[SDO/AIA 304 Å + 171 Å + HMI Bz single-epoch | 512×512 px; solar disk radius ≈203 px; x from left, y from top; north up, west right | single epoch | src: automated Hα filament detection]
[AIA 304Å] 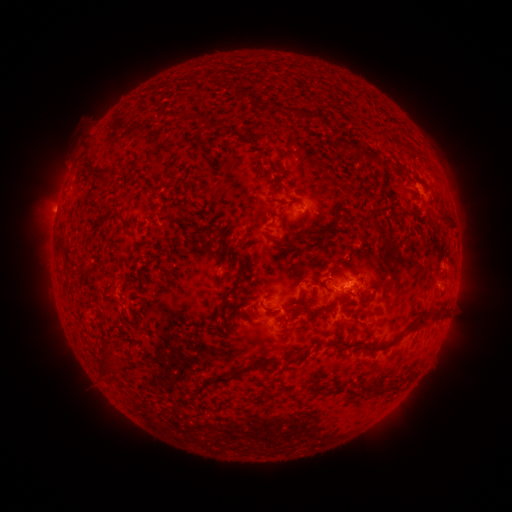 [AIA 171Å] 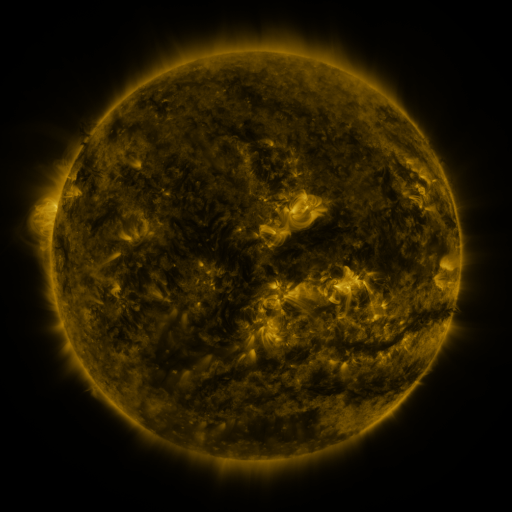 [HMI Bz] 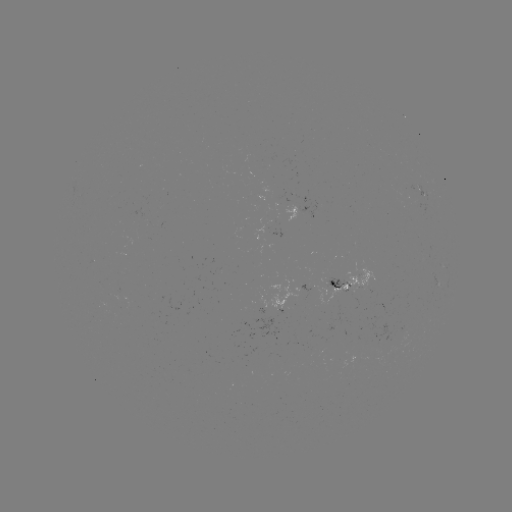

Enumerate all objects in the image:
filament: (330, 128)
filament: (350, 145)
filament: (100, 173)
filament: (183, 208)
filament: (446, 219)
filament: (377, 229)
filament: (320, 234)
filament: (289, 245)
filament: (388, 256)
filament: (393, 274)
filament: (386, 286)
filament: (230, 291)
filament: (345, 294)
filament: (313, 297)
filament: (271, 312)
filament: (306, 312)
filament: (421, 324)
filament: (392, 344)
filament: (365, 348)
filament: (109, 359)
filament: (288, 363)
filament: (228, 378)
